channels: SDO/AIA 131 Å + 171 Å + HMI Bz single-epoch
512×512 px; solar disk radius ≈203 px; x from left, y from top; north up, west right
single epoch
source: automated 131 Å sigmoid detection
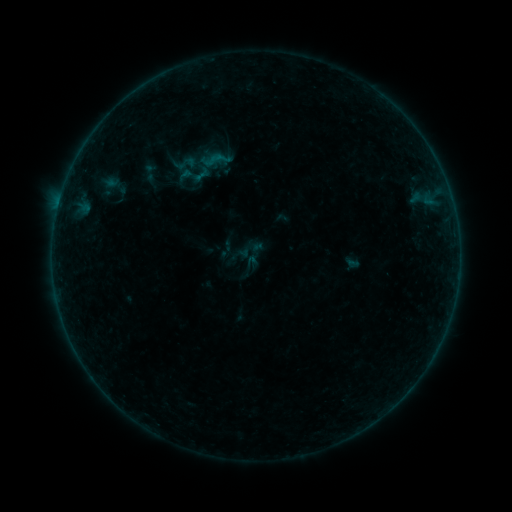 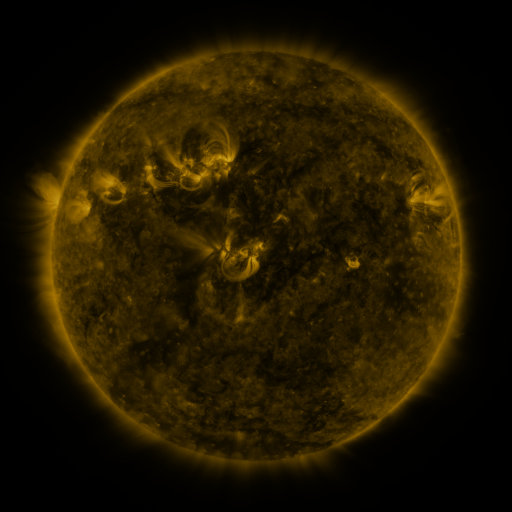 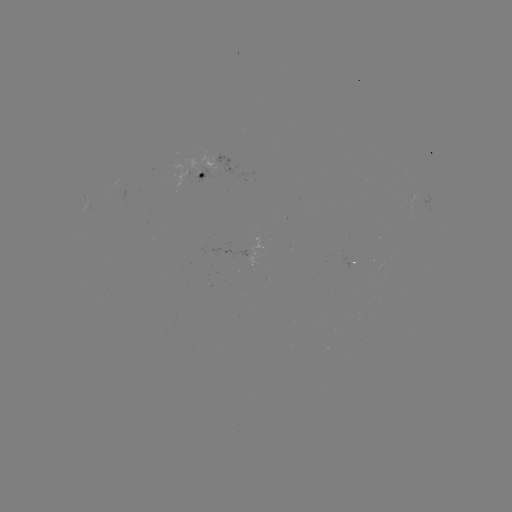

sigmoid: <bbox>140, 162, 160, 182</bbox>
